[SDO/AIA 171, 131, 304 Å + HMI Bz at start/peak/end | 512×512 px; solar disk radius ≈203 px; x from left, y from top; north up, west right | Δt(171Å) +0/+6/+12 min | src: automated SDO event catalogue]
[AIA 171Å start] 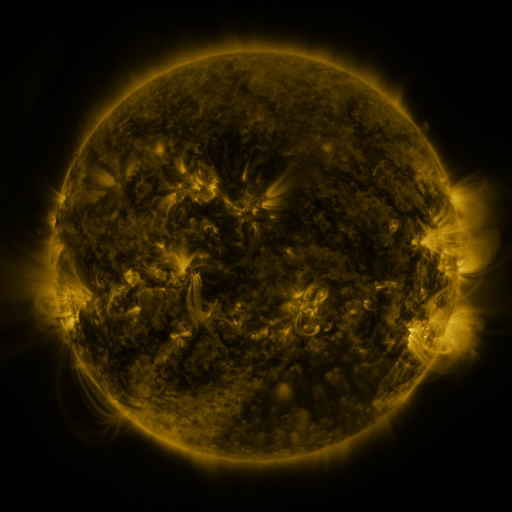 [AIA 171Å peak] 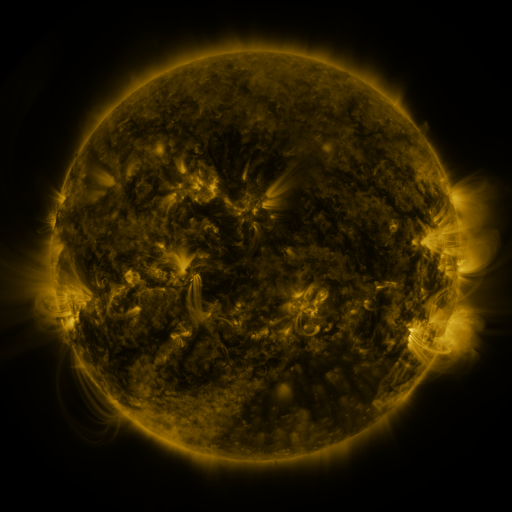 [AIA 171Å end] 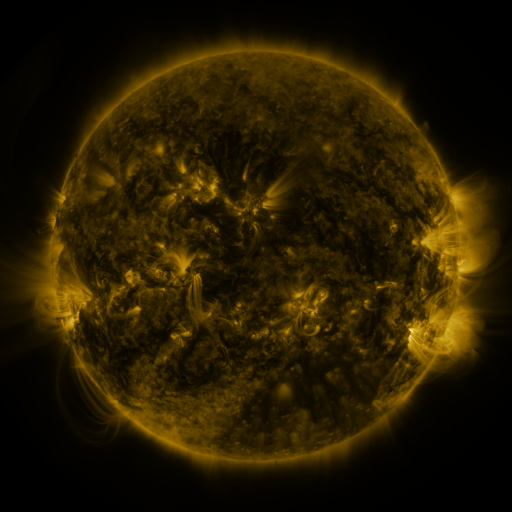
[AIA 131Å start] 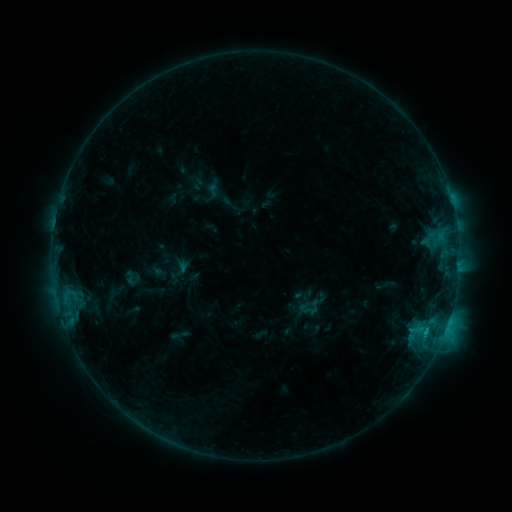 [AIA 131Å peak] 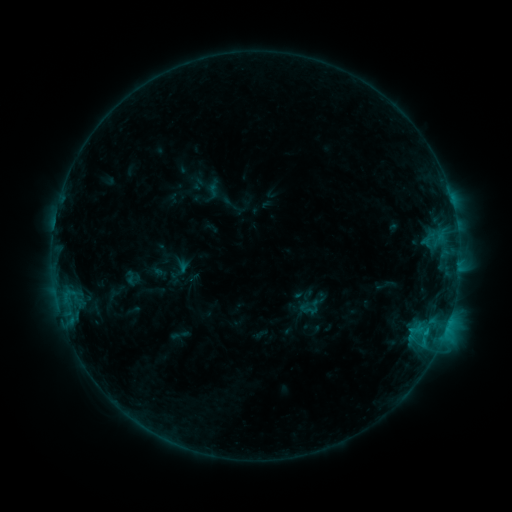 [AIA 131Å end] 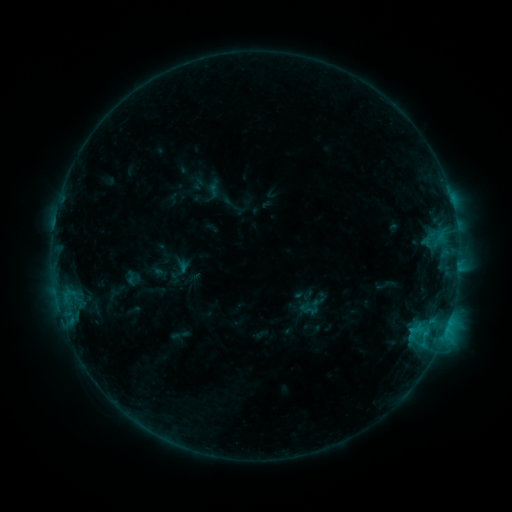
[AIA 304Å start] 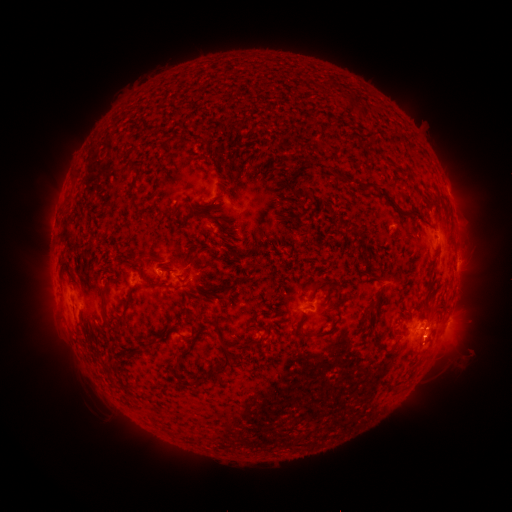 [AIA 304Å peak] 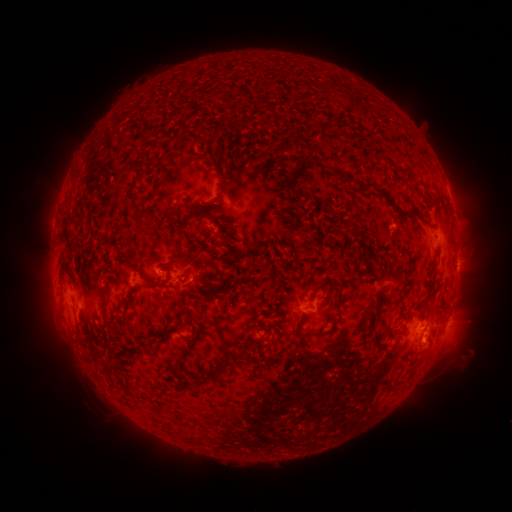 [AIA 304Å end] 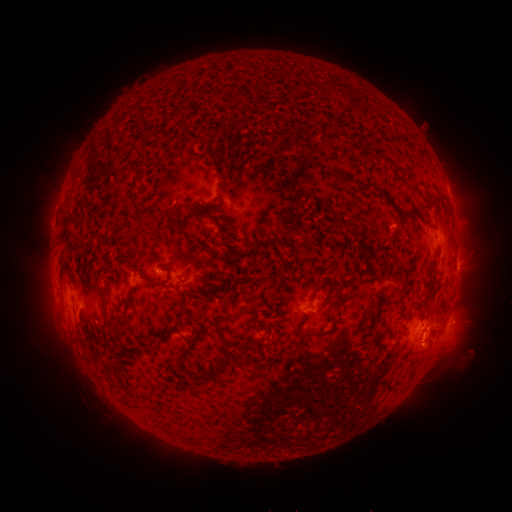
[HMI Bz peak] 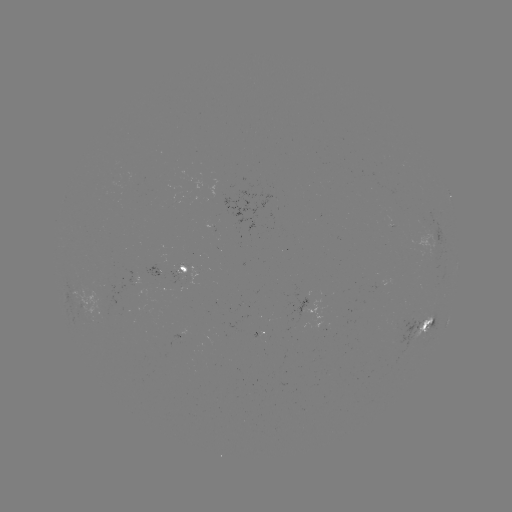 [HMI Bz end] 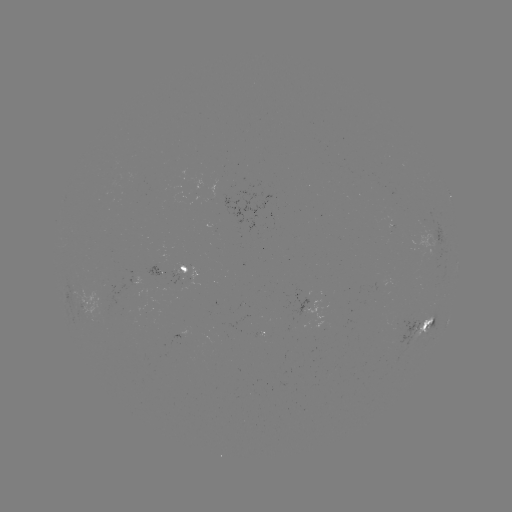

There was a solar eruption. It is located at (429, 351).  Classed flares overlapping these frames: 1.